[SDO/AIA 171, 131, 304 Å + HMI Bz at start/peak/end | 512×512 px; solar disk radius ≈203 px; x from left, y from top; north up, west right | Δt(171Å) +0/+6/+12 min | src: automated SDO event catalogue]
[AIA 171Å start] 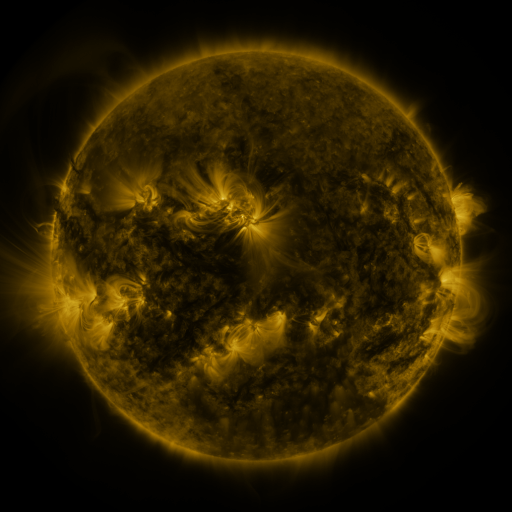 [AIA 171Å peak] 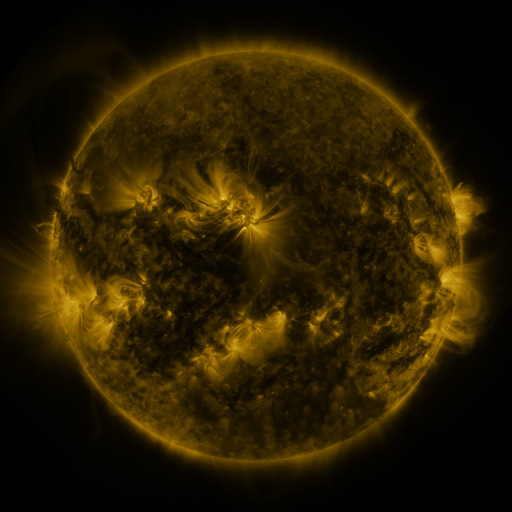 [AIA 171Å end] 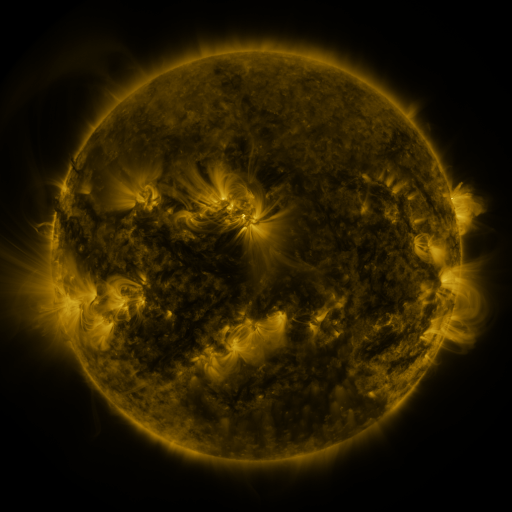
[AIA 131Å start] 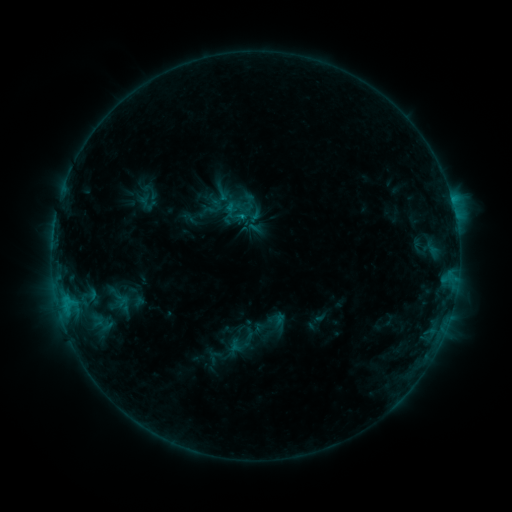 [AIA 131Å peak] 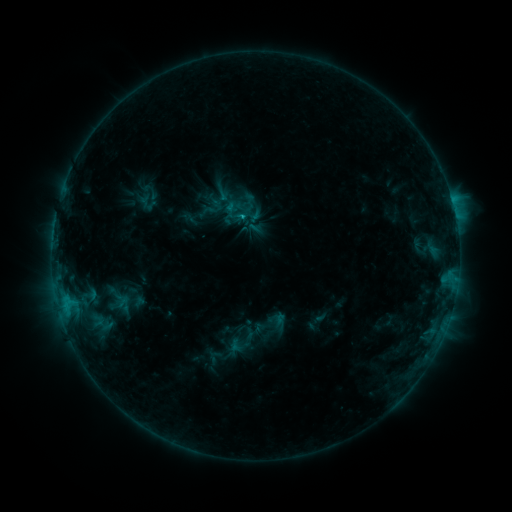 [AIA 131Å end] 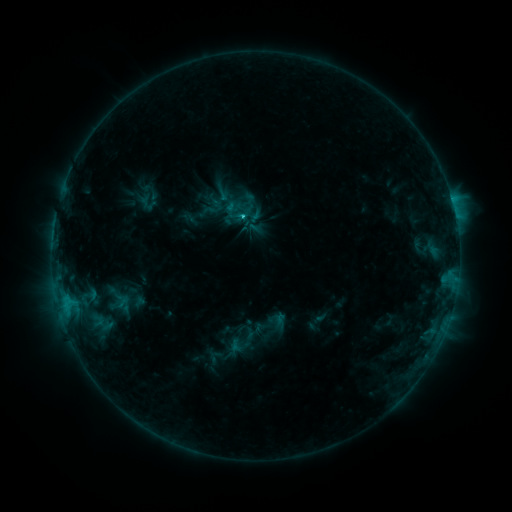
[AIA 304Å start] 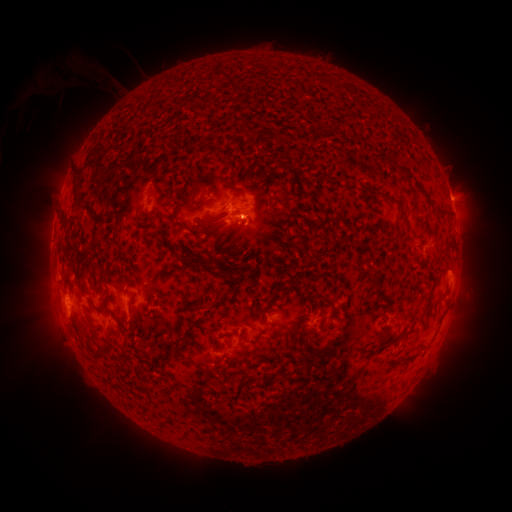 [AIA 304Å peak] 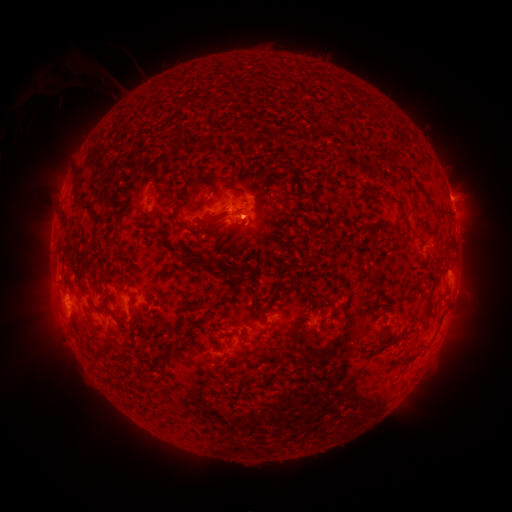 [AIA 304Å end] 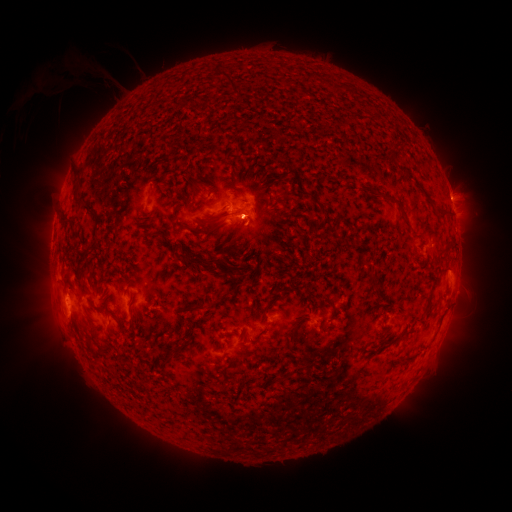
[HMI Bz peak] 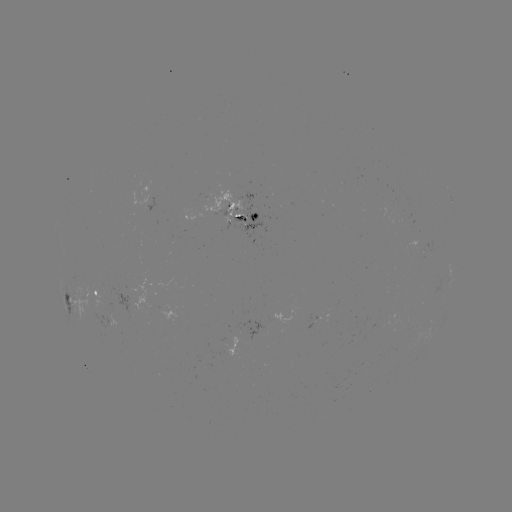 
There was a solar flare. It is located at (245, 215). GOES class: C1.0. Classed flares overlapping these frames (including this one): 1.